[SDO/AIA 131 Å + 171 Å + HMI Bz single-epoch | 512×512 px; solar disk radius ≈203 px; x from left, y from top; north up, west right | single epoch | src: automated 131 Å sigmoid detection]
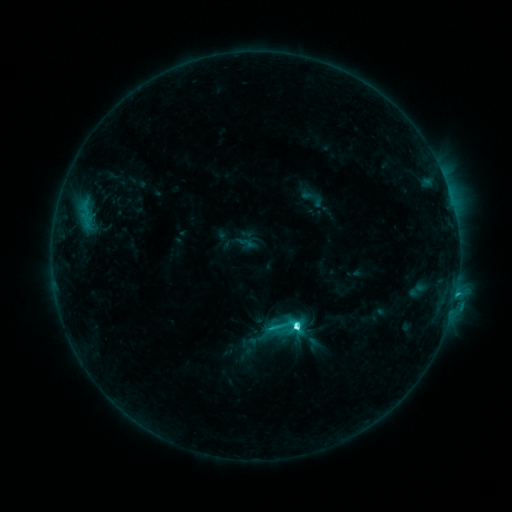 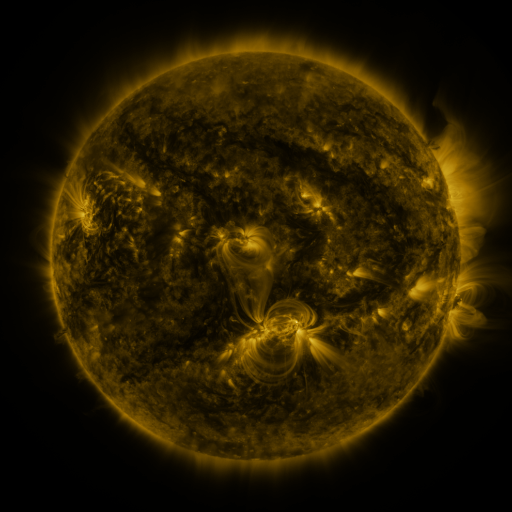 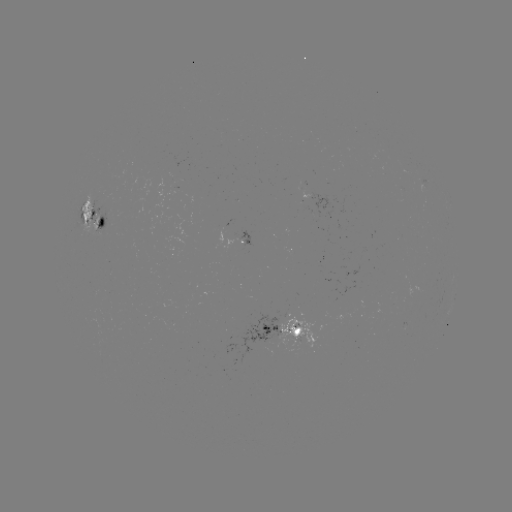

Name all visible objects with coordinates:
sigmoid: <bbox>269, 309, 303, 343</bbox>
